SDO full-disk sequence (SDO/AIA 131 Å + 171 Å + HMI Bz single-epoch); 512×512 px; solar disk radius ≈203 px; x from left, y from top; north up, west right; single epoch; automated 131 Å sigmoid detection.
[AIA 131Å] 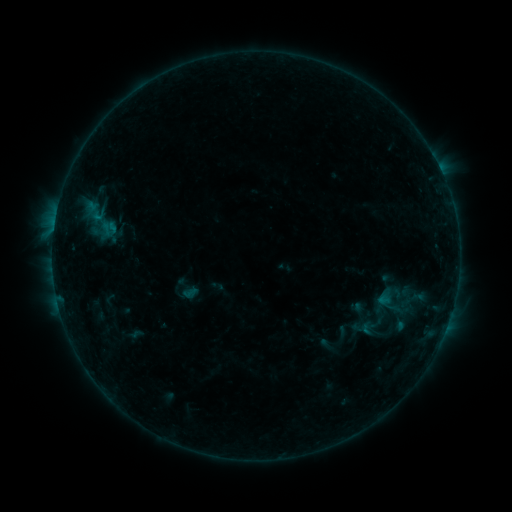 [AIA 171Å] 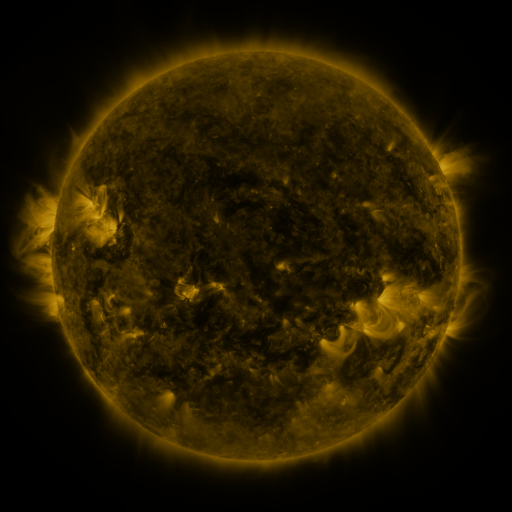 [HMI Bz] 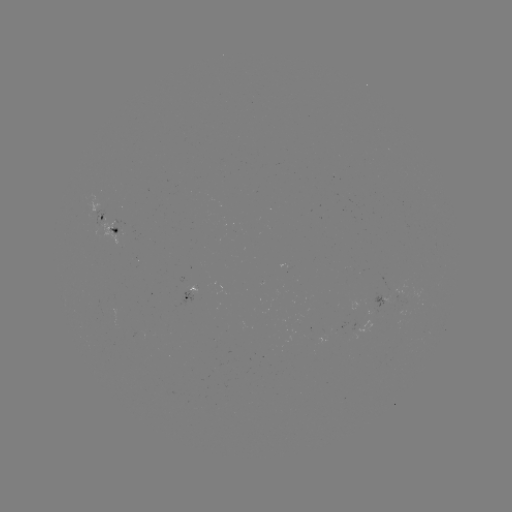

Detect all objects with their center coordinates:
sigmoid: (98, 219)
